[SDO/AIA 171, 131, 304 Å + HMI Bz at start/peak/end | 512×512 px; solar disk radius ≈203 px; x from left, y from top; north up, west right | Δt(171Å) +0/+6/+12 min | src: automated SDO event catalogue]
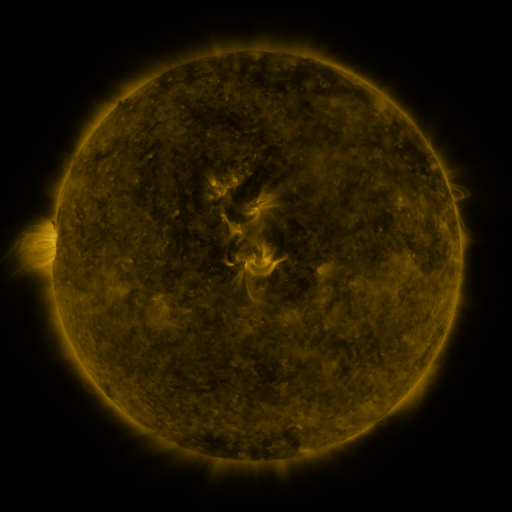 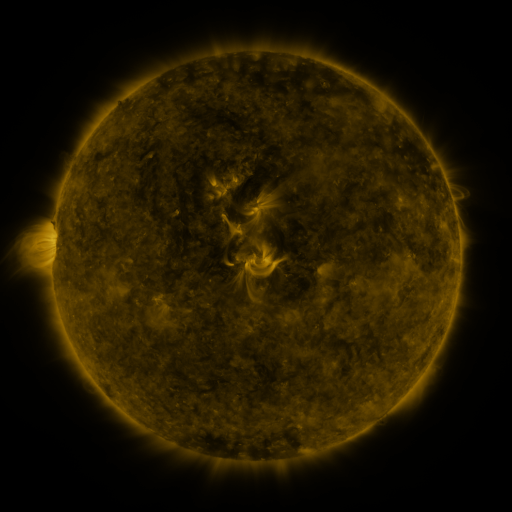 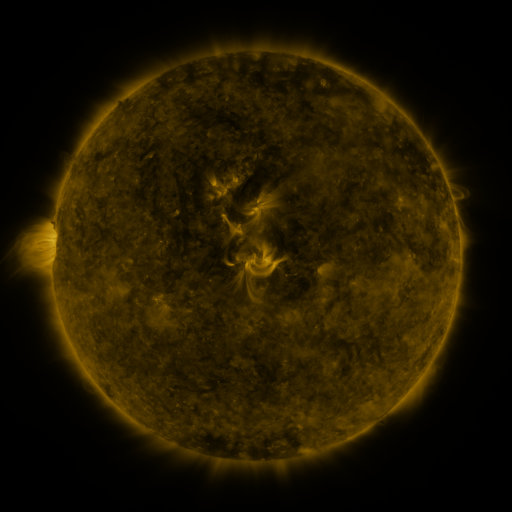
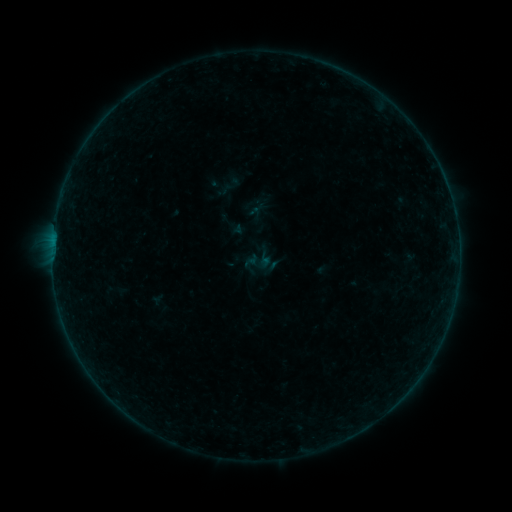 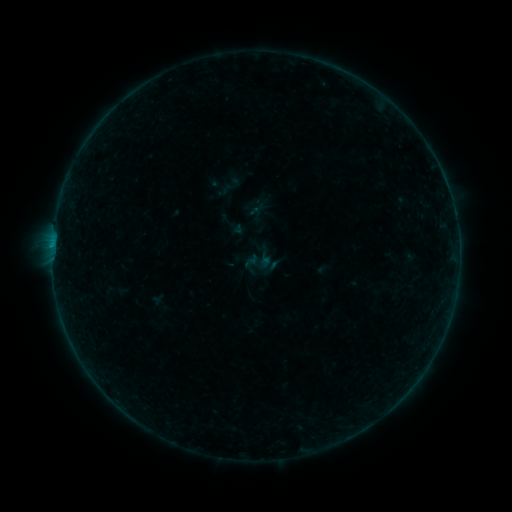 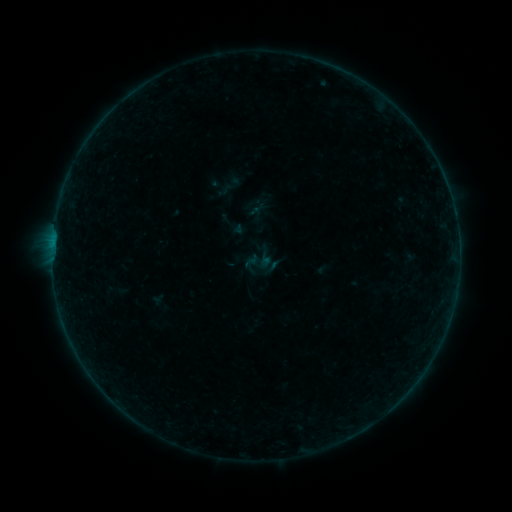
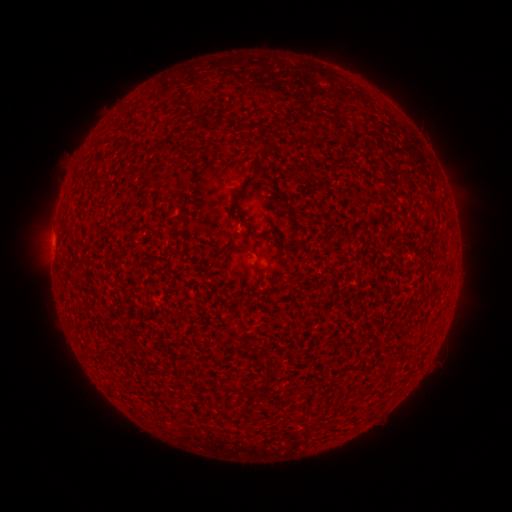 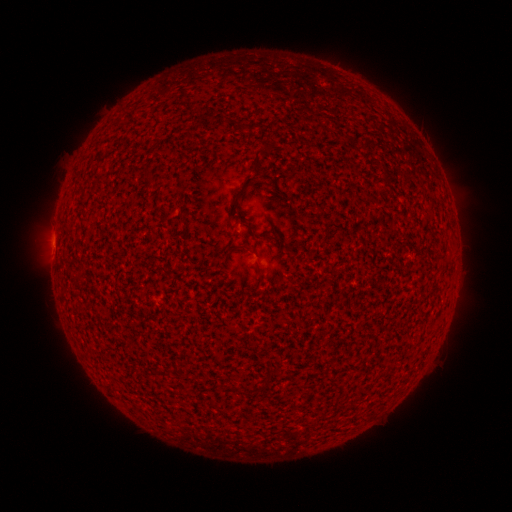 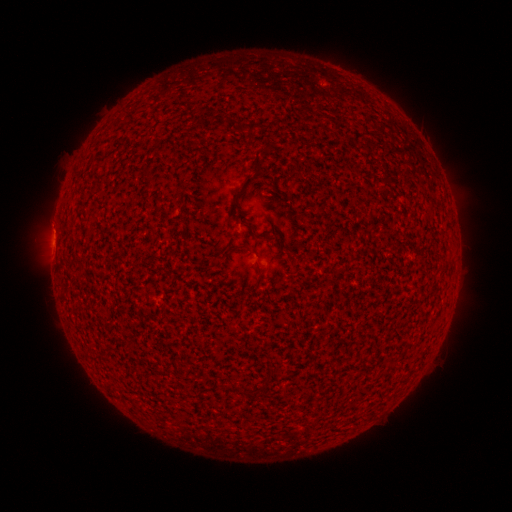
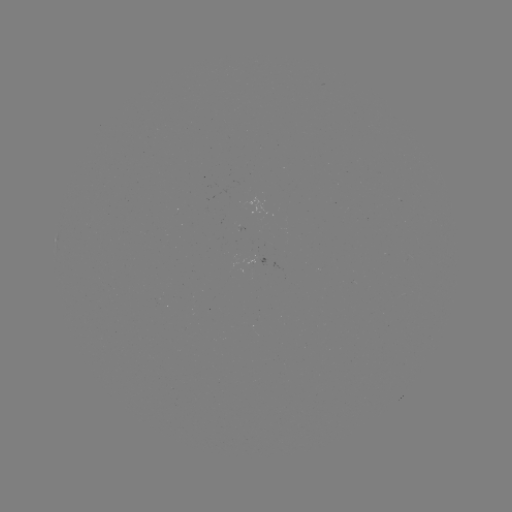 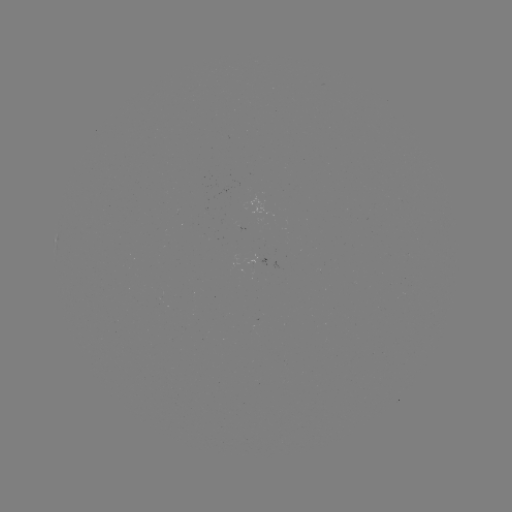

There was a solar flare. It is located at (52, 249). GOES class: B1.3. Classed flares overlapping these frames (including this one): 1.